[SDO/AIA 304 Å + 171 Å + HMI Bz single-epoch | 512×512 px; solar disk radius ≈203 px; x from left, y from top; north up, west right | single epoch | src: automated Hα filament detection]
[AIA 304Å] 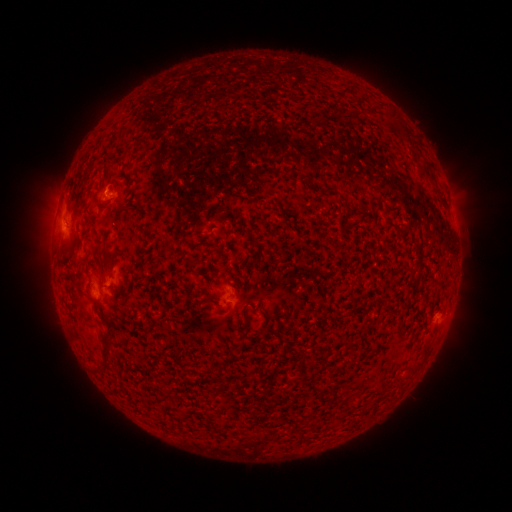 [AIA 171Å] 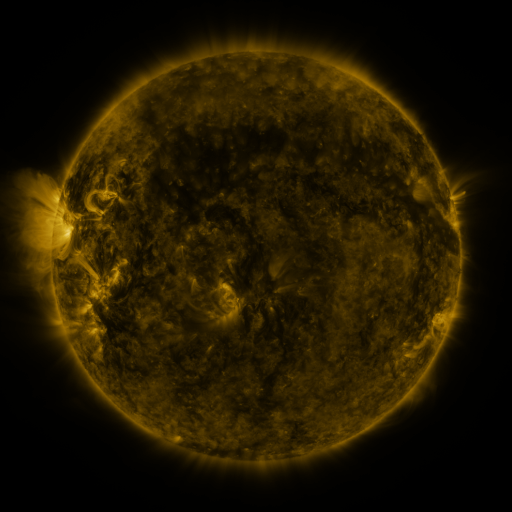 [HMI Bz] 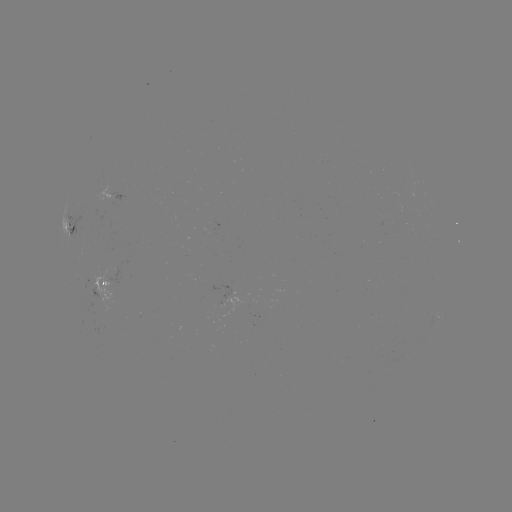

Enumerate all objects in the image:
filament: (399, 125)
filament: (427, 167)
filament: (388, 219)
filament: (98, 252)
filament: (108, 263)
filament: (211, 300)
filament: (105, 352)
